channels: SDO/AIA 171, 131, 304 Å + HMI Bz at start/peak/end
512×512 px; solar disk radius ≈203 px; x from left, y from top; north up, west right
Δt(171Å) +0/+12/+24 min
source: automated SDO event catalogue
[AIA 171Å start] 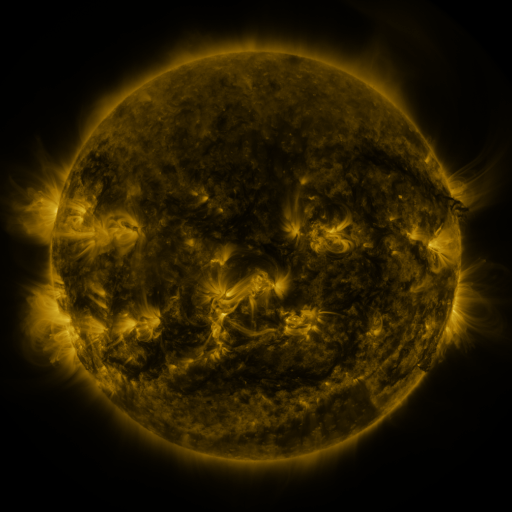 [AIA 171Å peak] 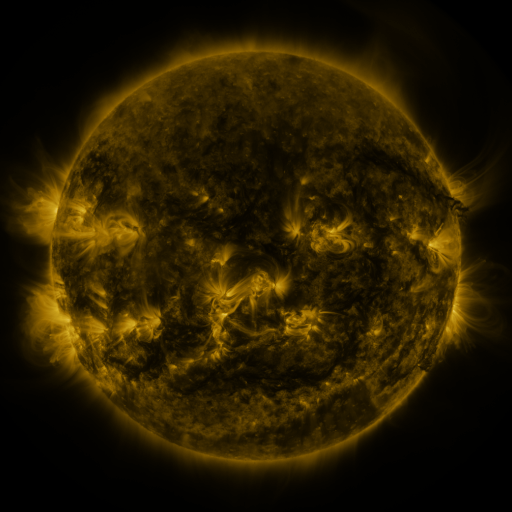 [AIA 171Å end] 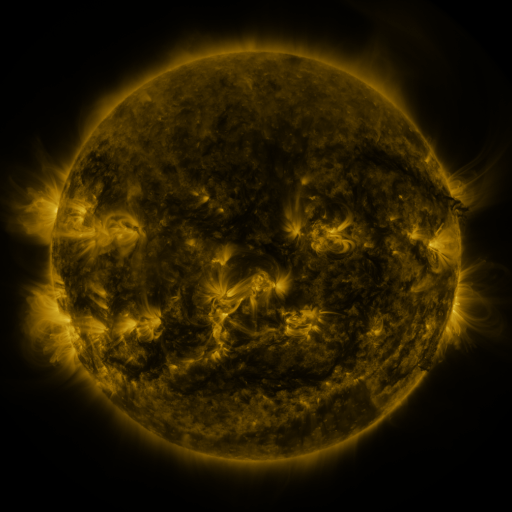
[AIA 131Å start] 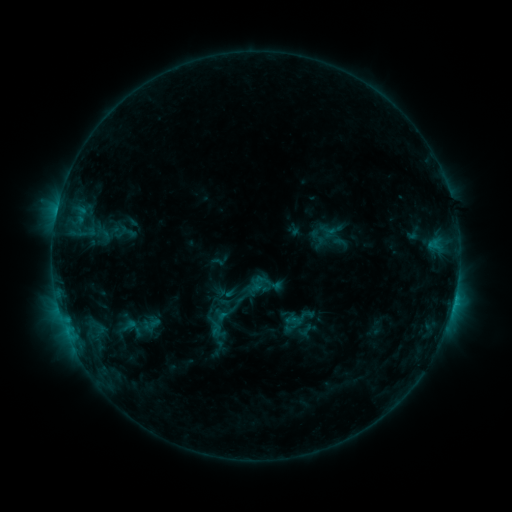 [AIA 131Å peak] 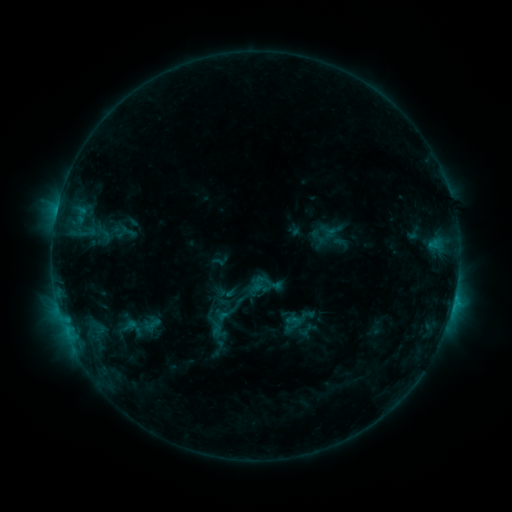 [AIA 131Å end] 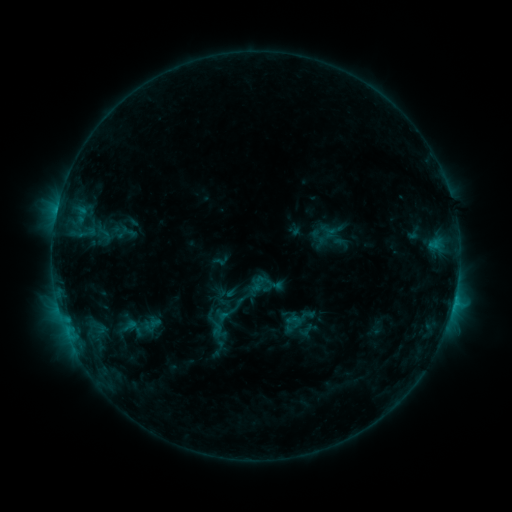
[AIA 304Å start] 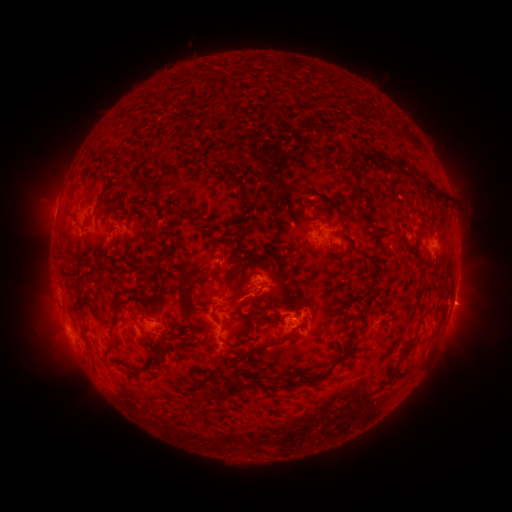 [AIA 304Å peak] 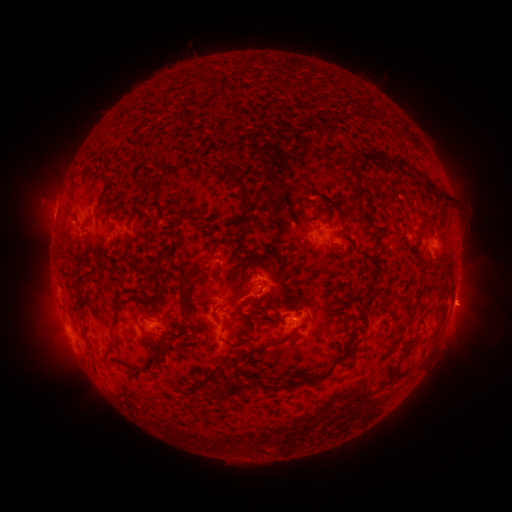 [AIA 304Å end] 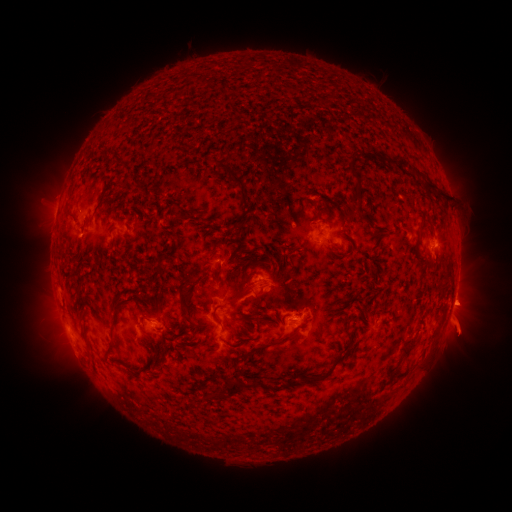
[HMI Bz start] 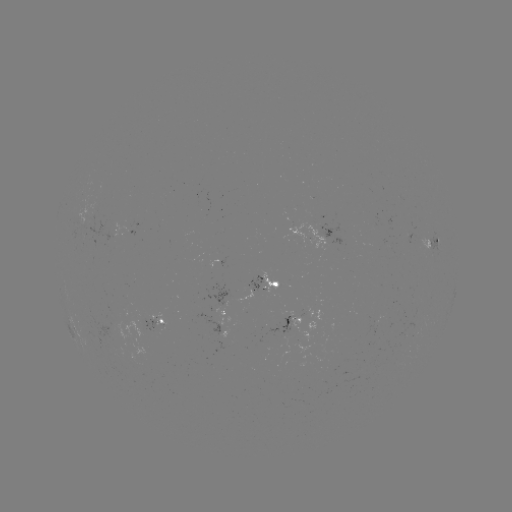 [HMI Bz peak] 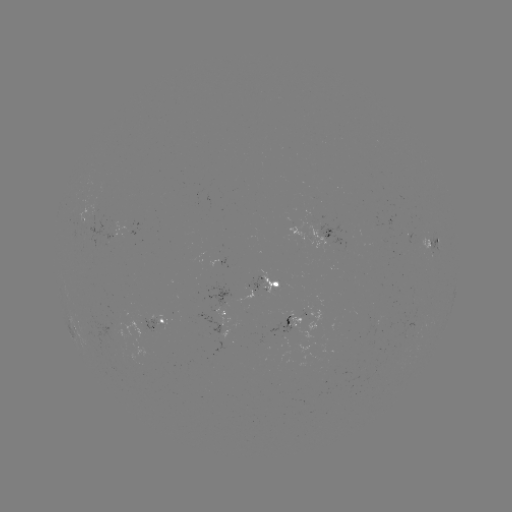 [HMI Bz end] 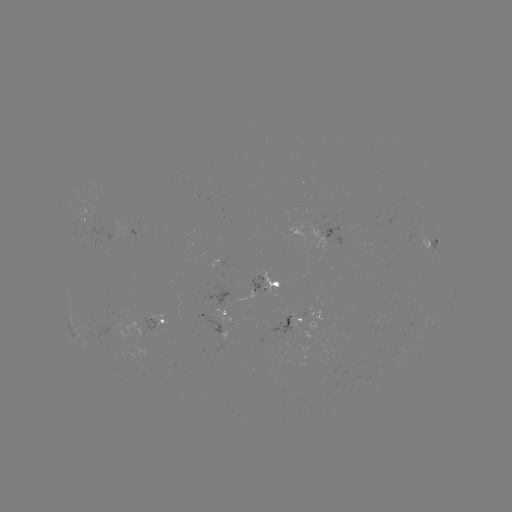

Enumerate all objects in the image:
eruption: (464, 306)
